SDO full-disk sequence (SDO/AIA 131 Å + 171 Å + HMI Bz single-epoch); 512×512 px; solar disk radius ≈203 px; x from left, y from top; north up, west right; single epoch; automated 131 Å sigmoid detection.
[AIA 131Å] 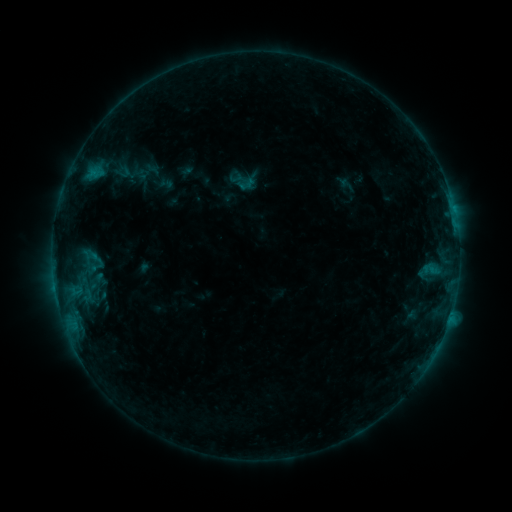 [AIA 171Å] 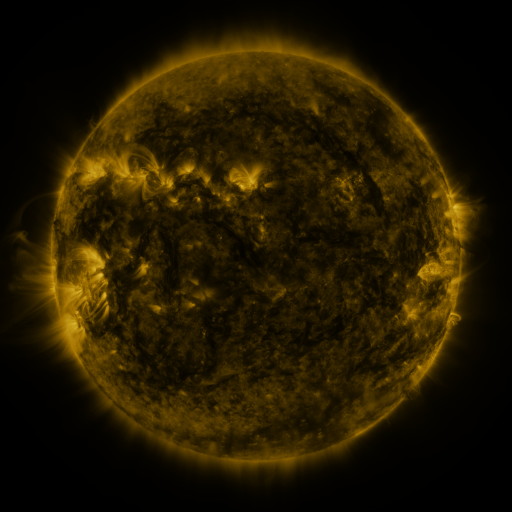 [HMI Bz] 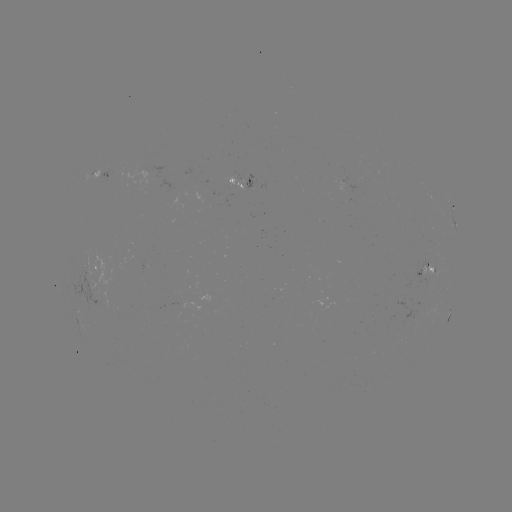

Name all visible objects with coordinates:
sigmoid: (96, 259)
